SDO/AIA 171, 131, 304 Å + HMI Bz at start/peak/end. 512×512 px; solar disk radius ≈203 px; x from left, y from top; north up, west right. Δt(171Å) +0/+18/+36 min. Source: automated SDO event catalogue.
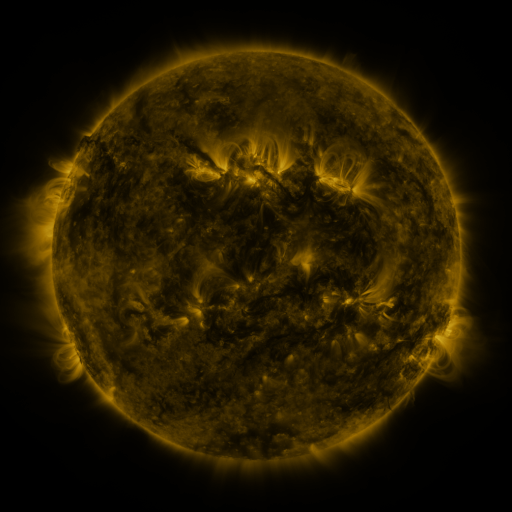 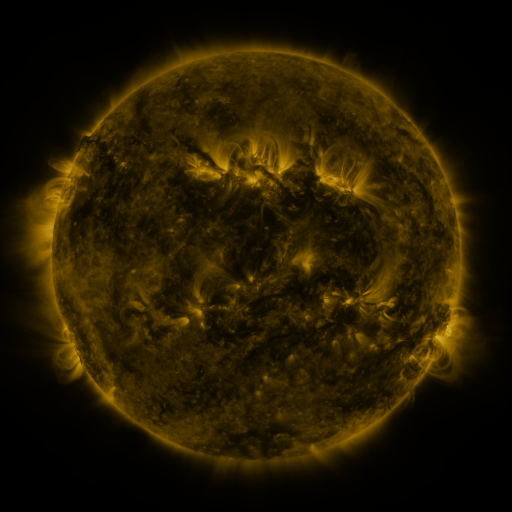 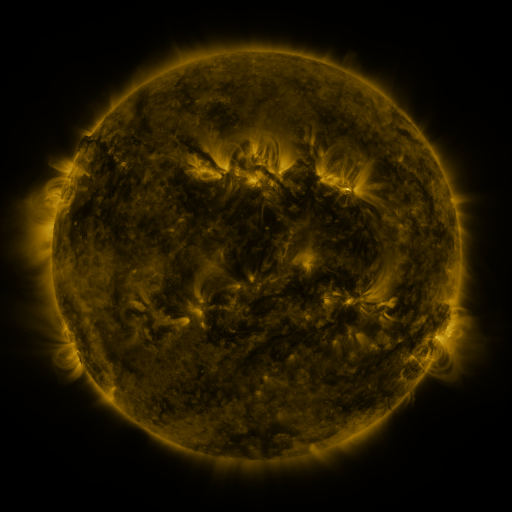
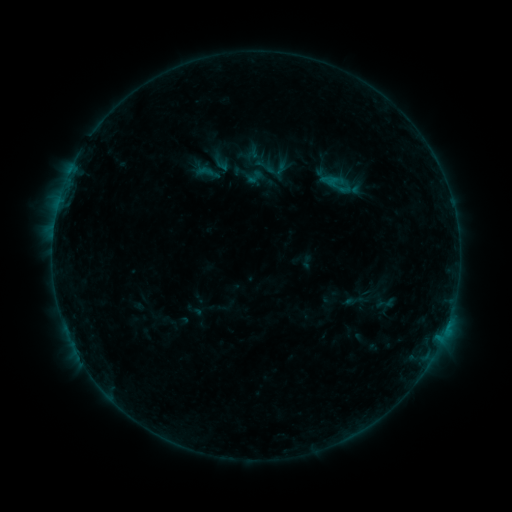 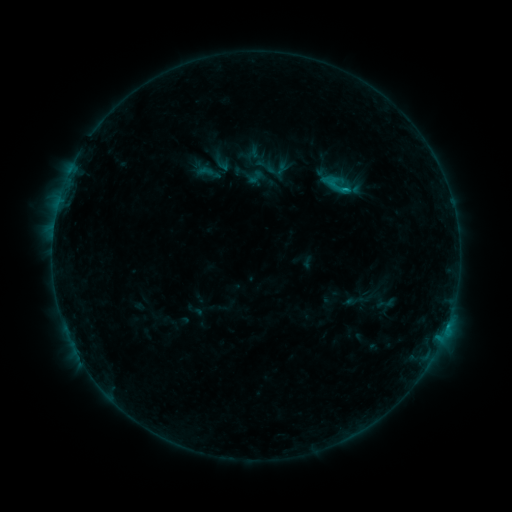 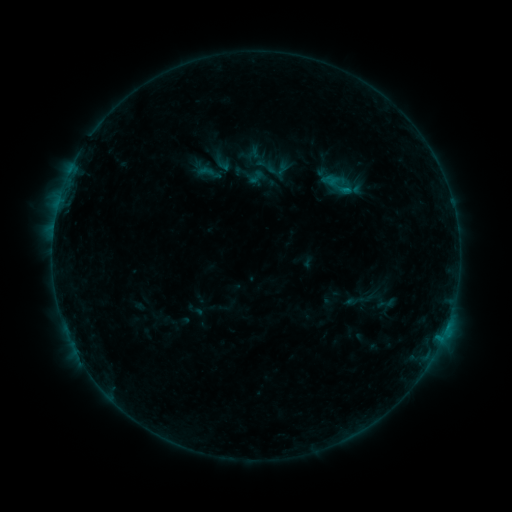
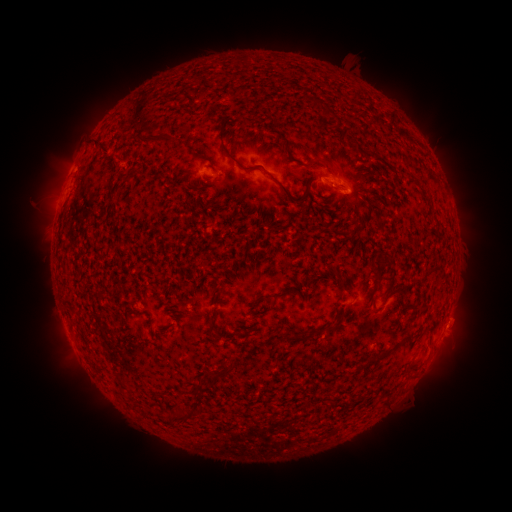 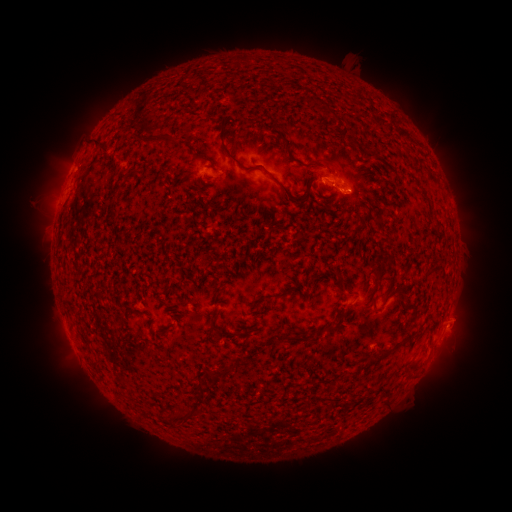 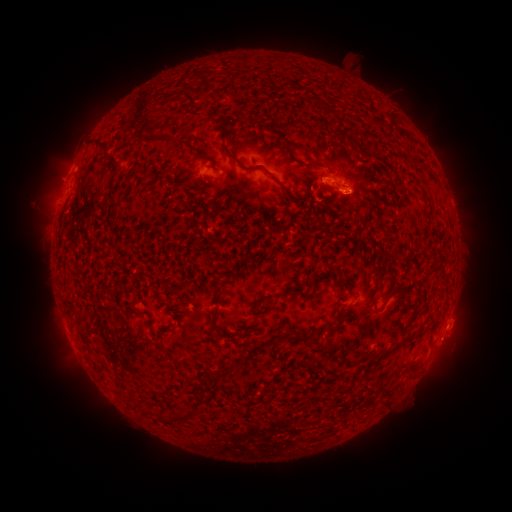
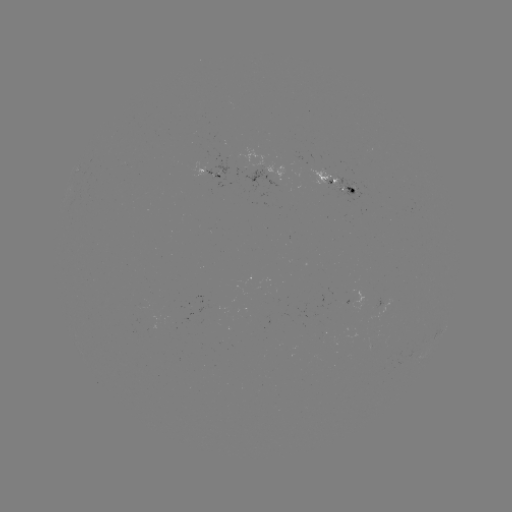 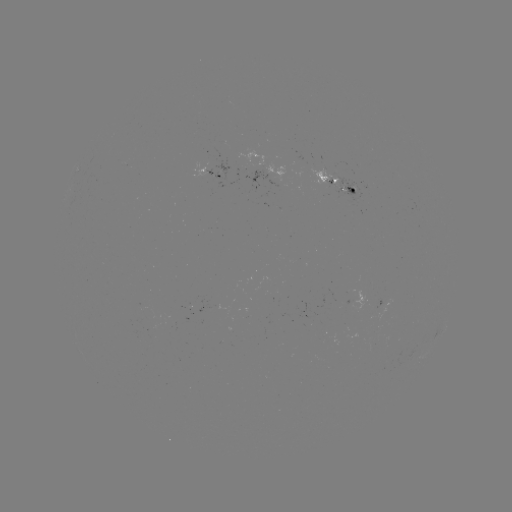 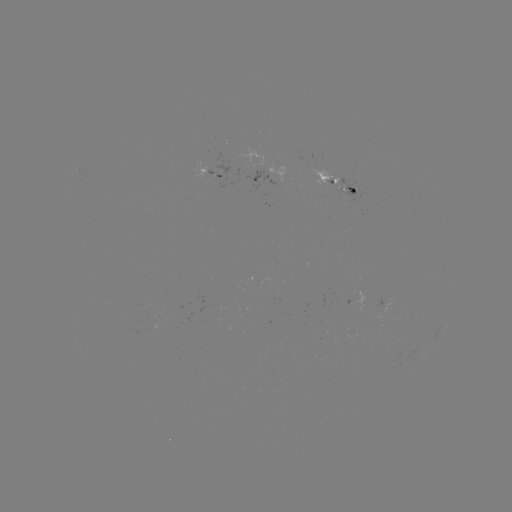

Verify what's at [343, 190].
B6.9 flare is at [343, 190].